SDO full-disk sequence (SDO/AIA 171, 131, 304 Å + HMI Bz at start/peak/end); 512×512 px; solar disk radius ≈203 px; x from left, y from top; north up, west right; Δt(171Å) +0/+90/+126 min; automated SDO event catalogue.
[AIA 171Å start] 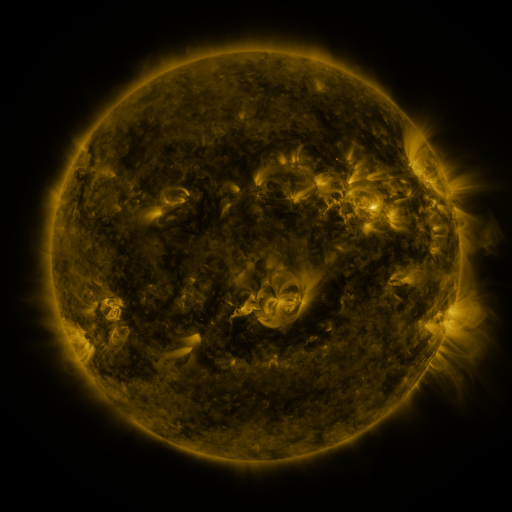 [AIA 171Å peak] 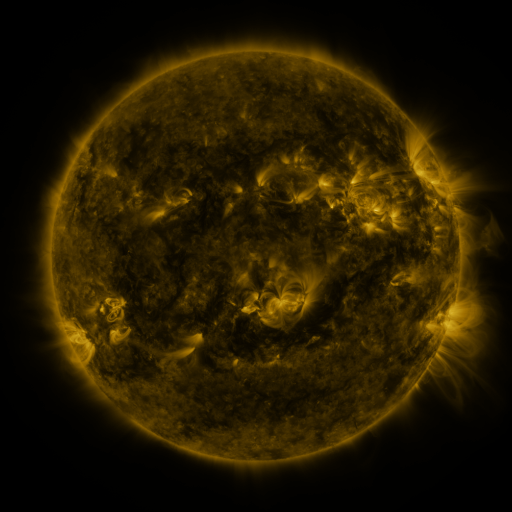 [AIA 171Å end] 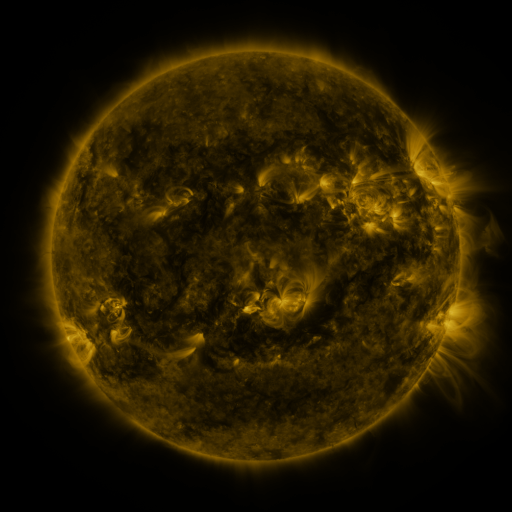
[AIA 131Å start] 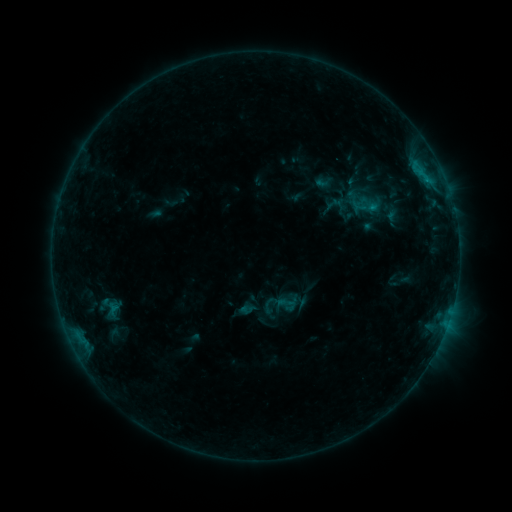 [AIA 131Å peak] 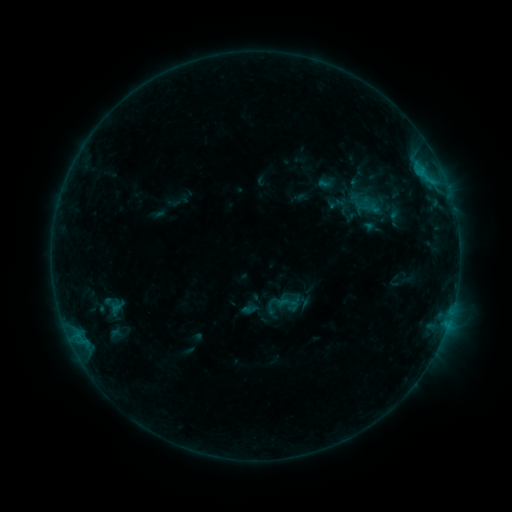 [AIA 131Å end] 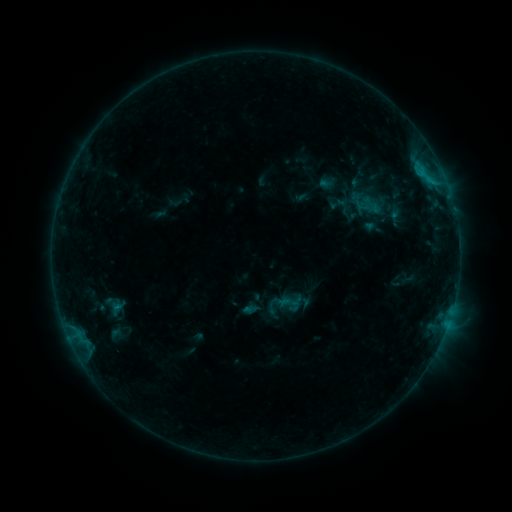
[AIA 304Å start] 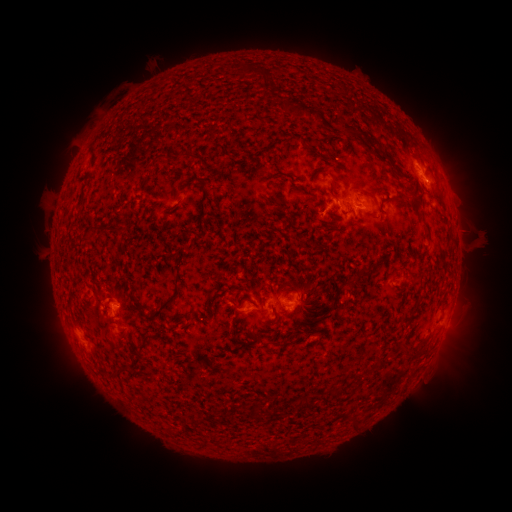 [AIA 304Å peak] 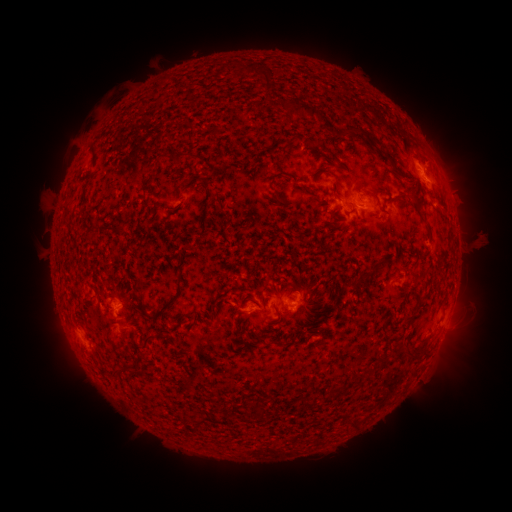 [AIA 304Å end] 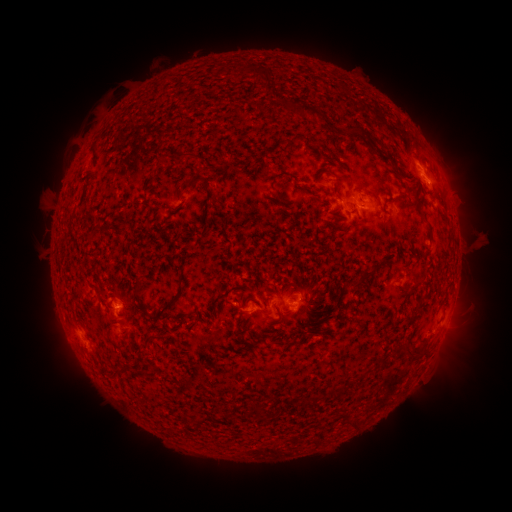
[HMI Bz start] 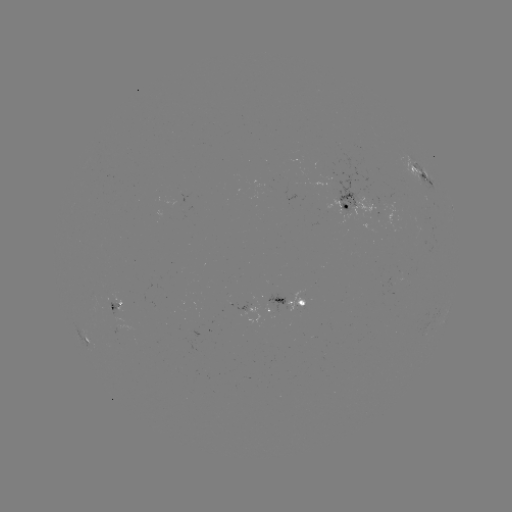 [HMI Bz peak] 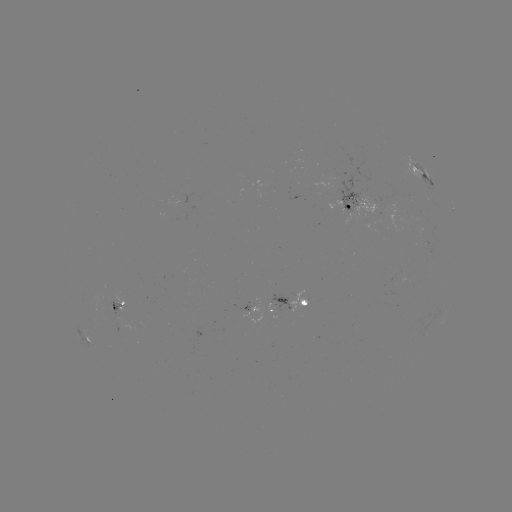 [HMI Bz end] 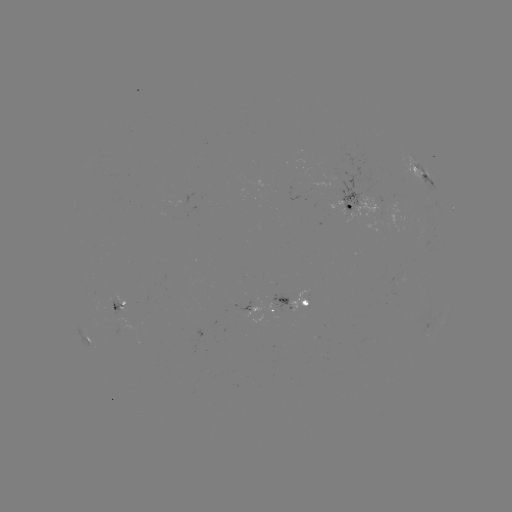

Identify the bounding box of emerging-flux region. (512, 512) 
[288, 289, 306, 311].